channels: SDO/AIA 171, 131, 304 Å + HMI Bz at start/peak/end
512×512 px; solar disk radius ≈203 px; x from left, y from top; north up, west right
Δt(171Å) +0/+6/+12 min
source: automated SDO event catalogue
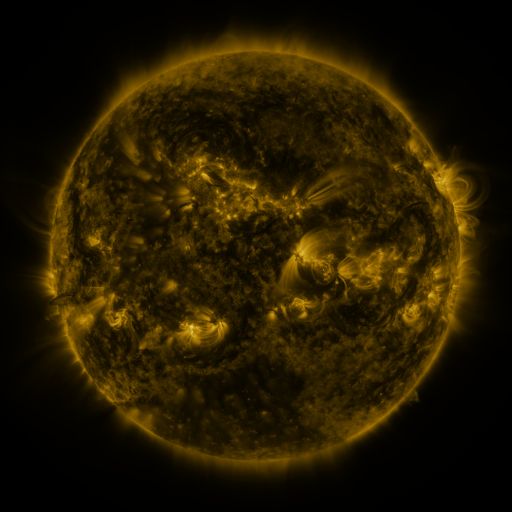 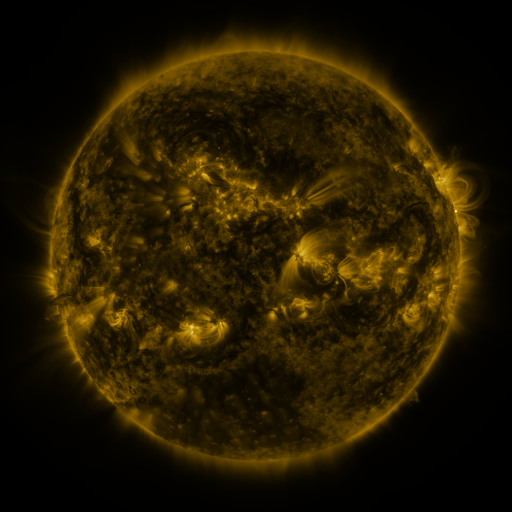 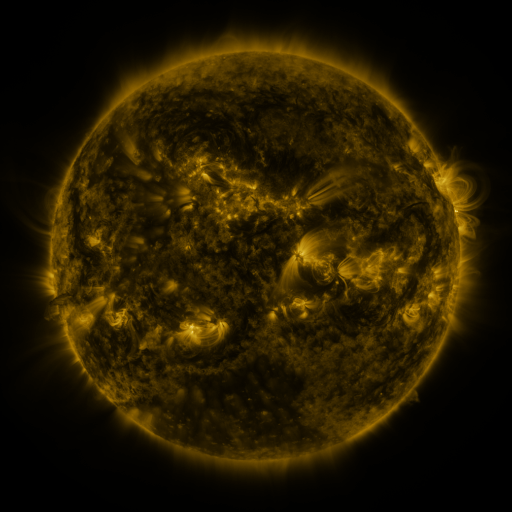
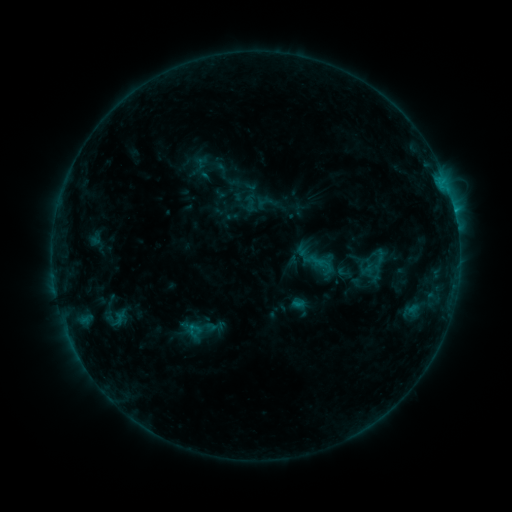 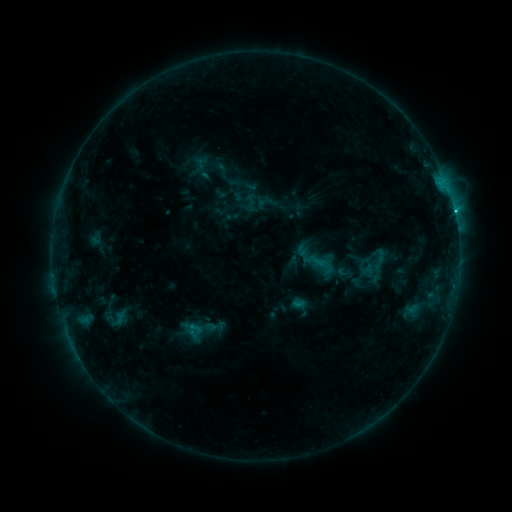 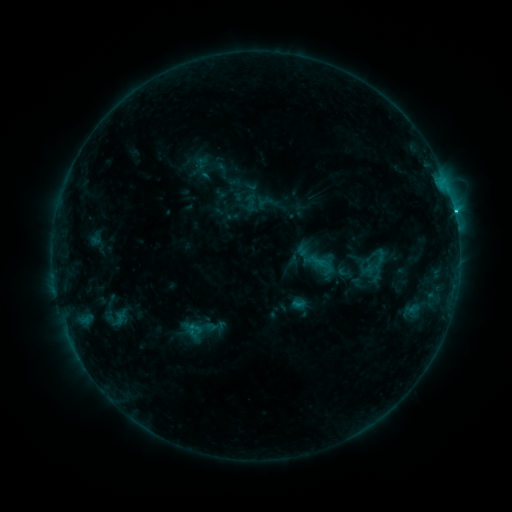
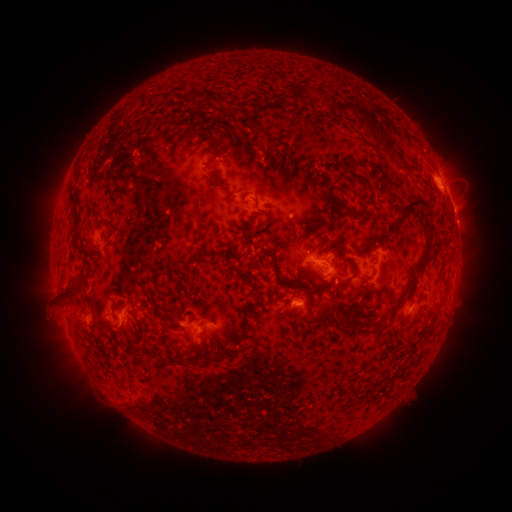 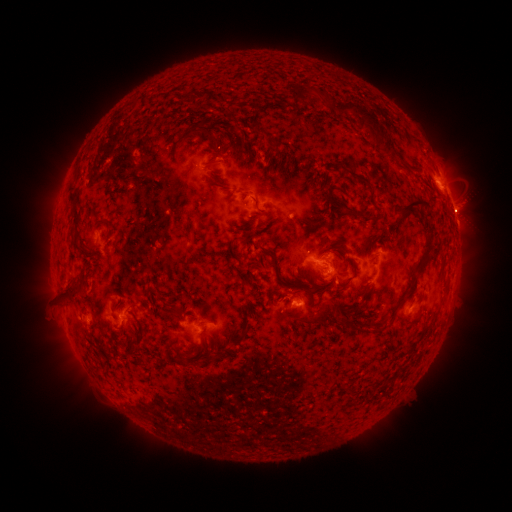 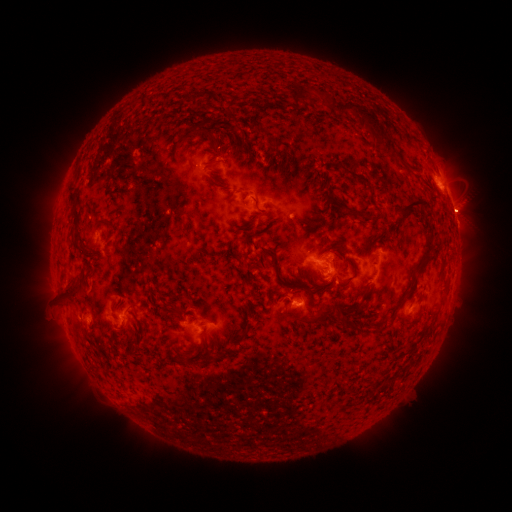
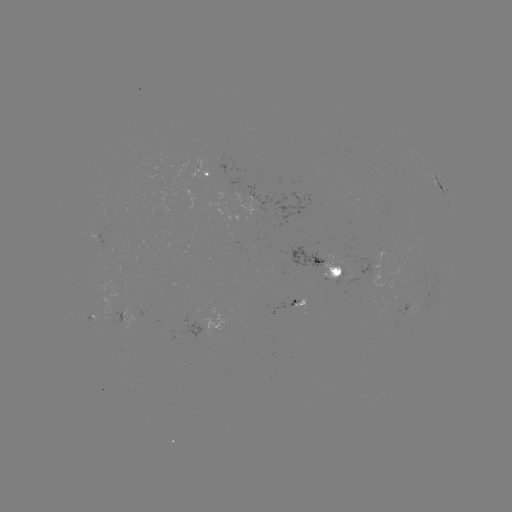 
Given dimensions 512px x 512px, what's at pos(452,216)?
C1.8 flare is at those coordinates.